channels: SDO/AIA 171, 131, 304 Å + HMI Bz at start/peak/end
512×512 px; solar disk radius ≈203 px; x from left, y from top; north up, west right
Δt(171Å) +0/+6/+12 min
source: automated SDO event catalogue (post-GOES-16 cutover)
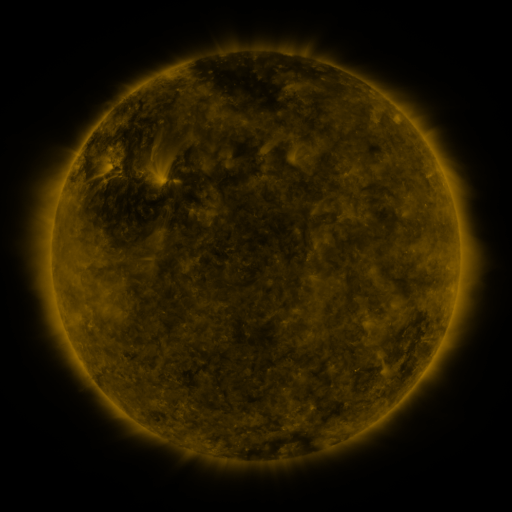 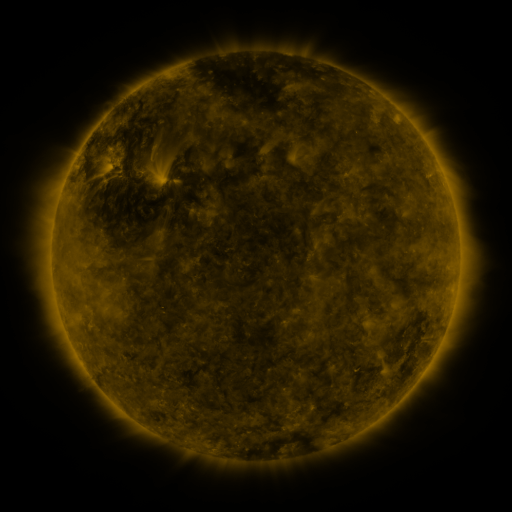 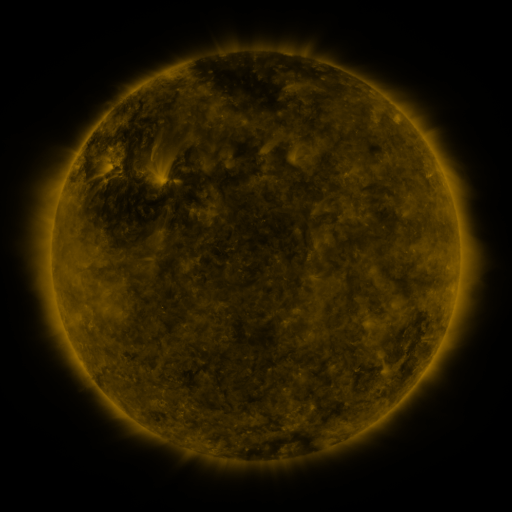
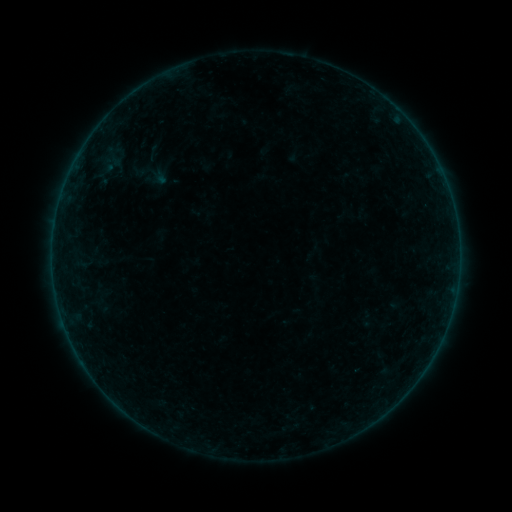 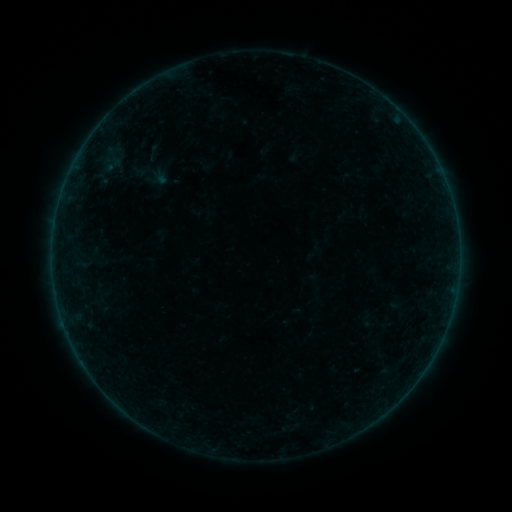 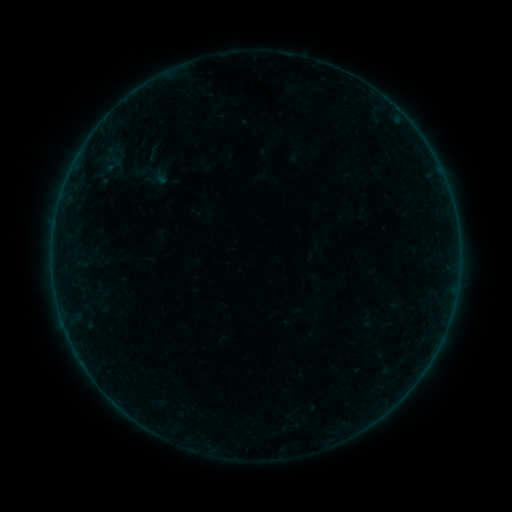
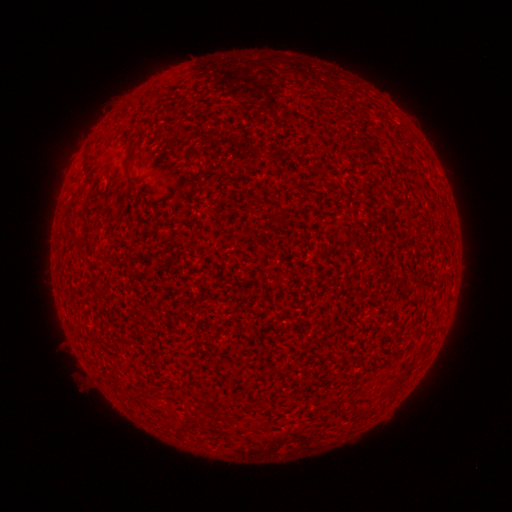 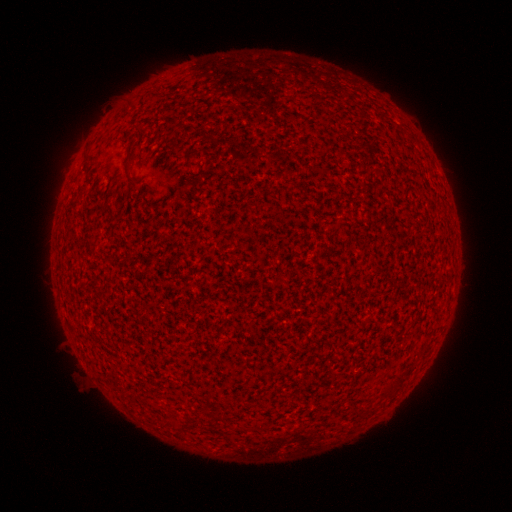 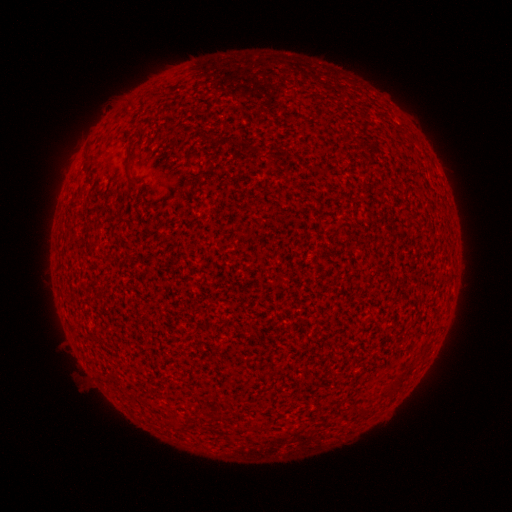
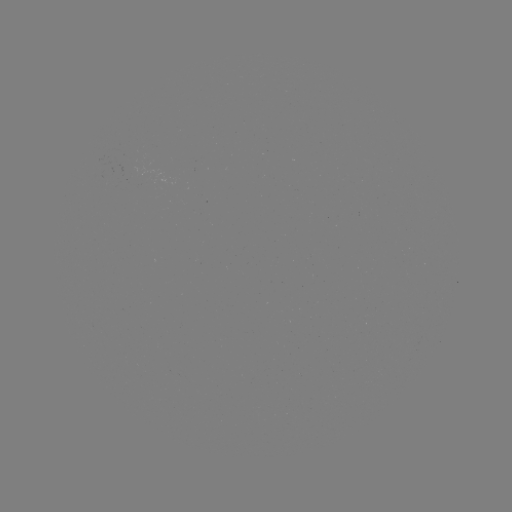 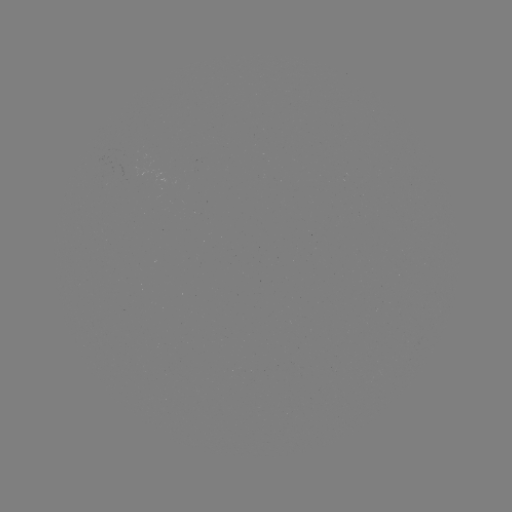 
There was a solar flare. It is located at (353, 369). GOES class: A3.5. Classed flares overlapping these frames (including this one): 2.